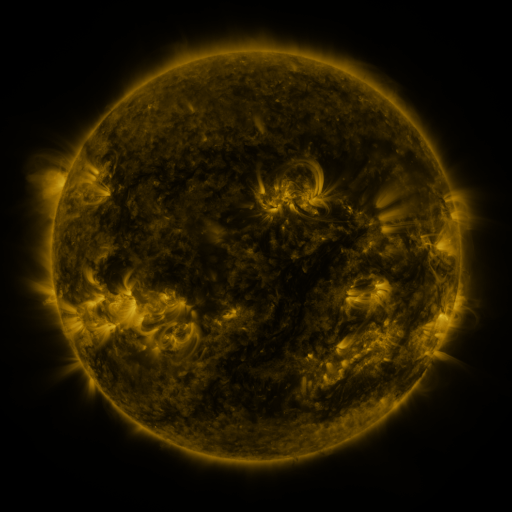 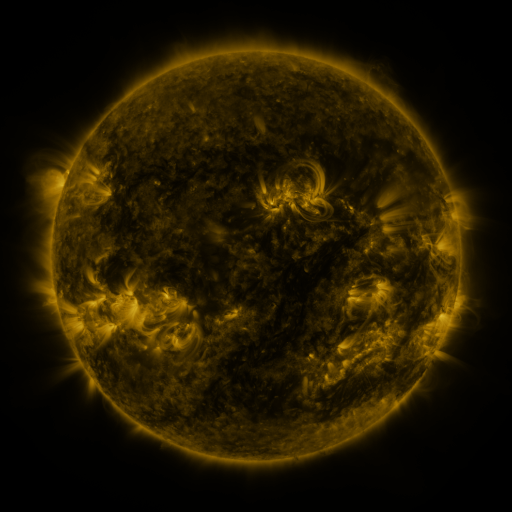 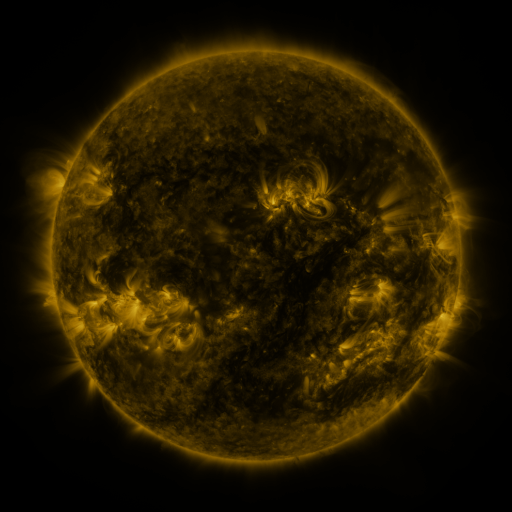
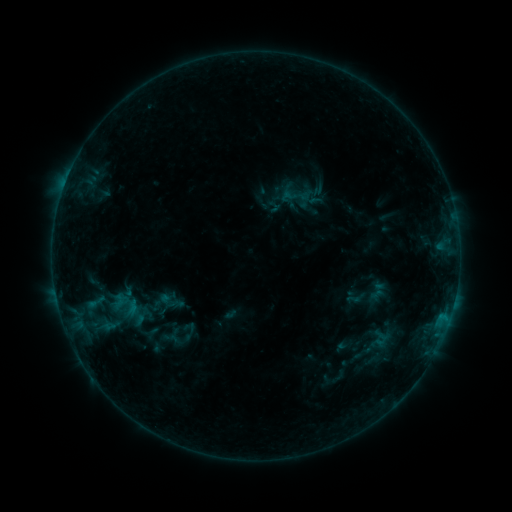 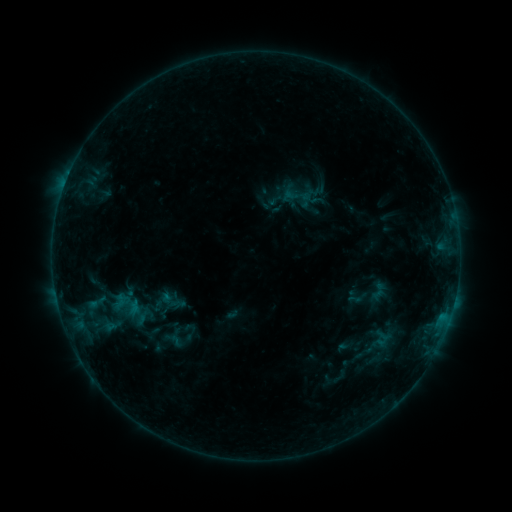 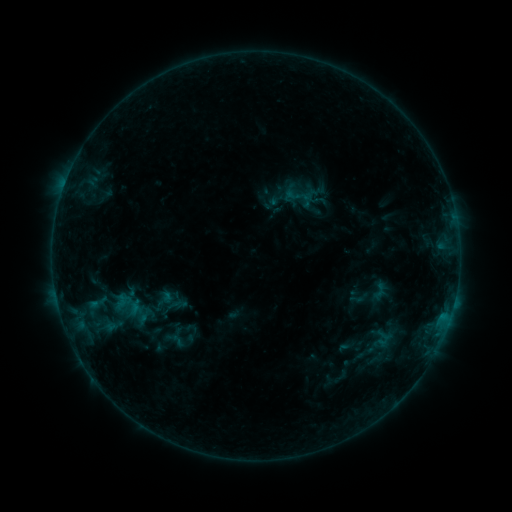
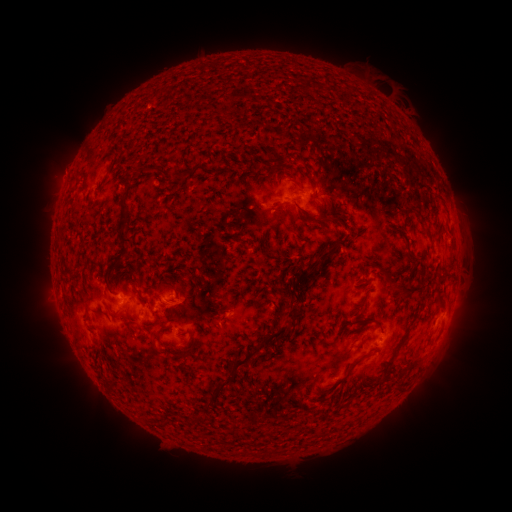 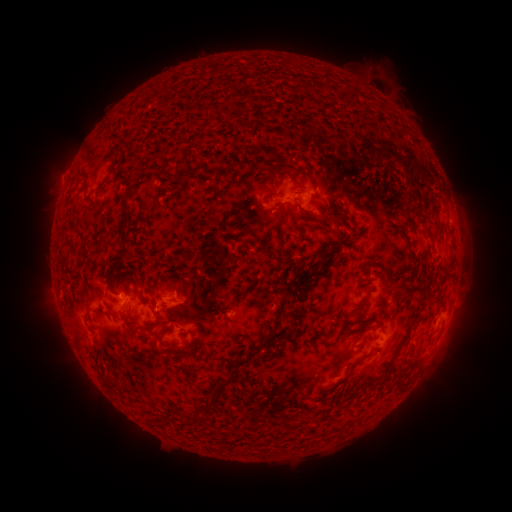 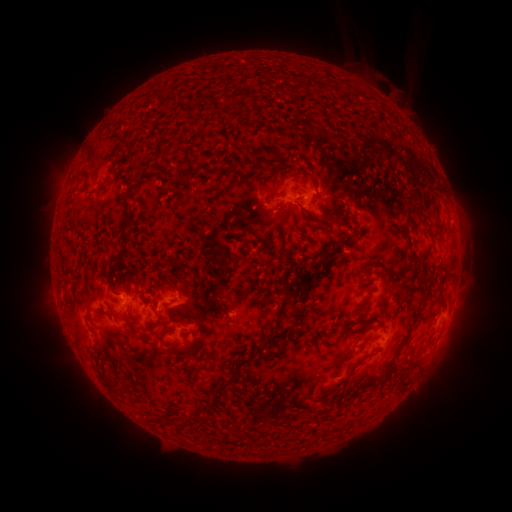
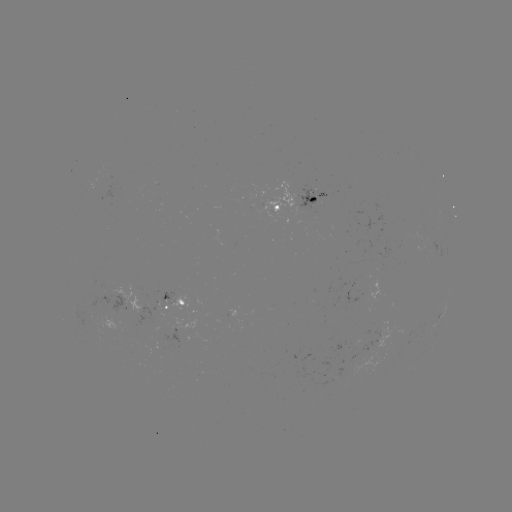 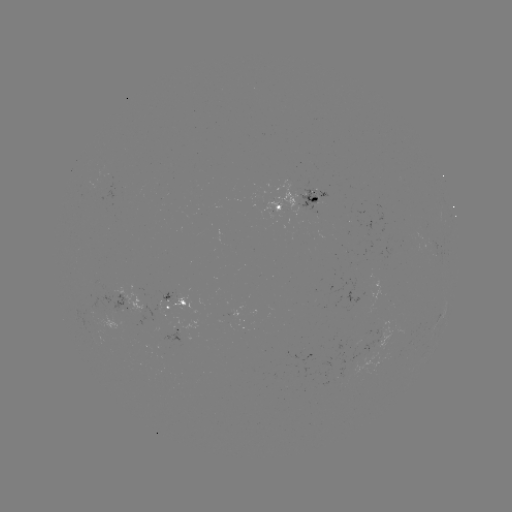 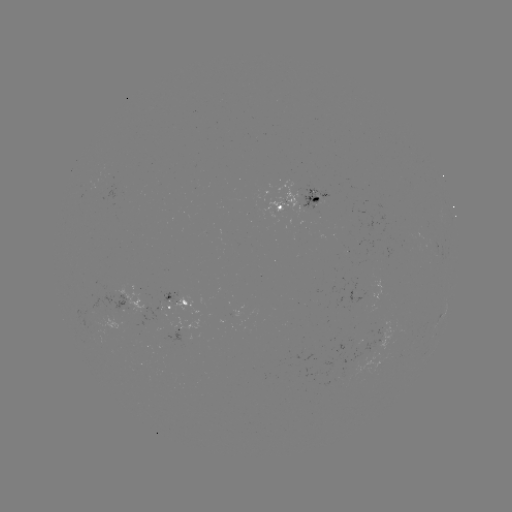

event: filament eruption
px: (413, 38)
